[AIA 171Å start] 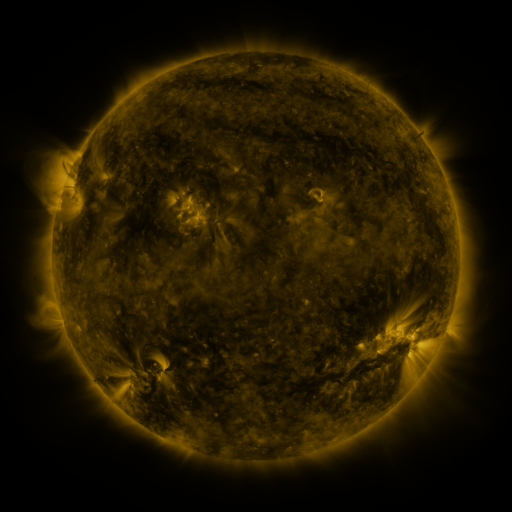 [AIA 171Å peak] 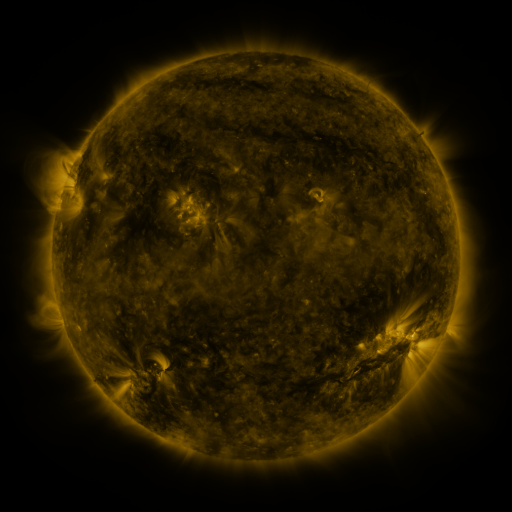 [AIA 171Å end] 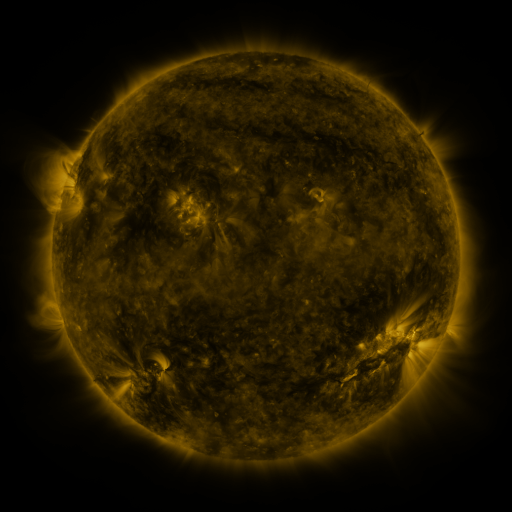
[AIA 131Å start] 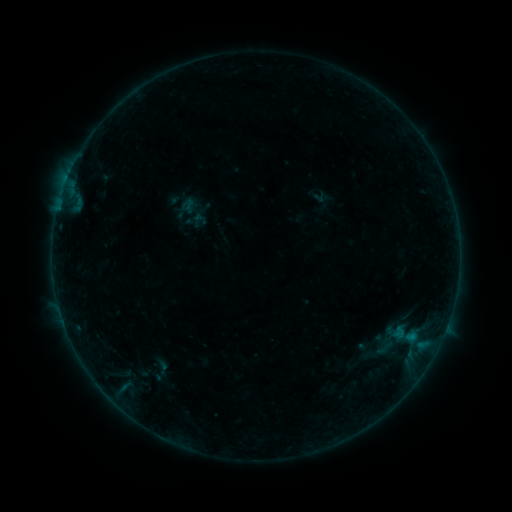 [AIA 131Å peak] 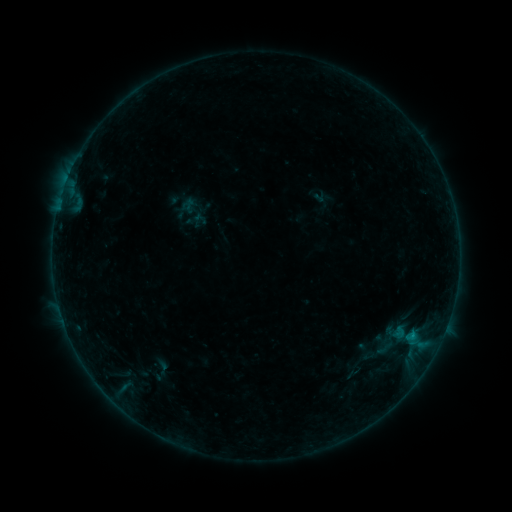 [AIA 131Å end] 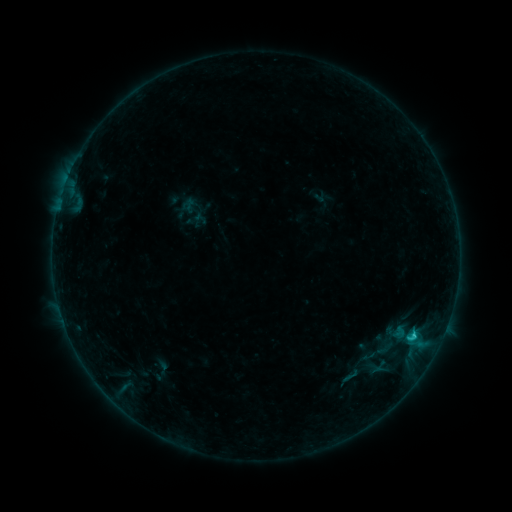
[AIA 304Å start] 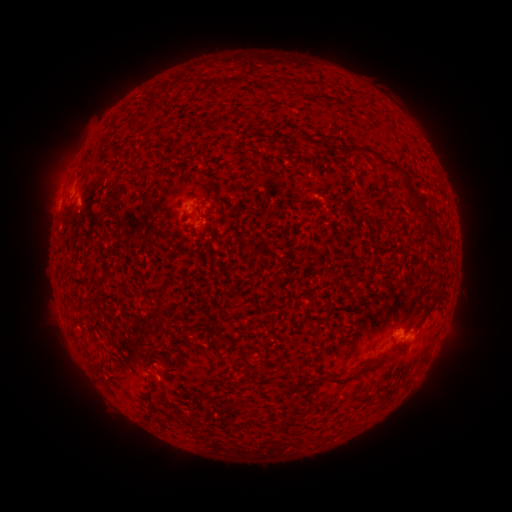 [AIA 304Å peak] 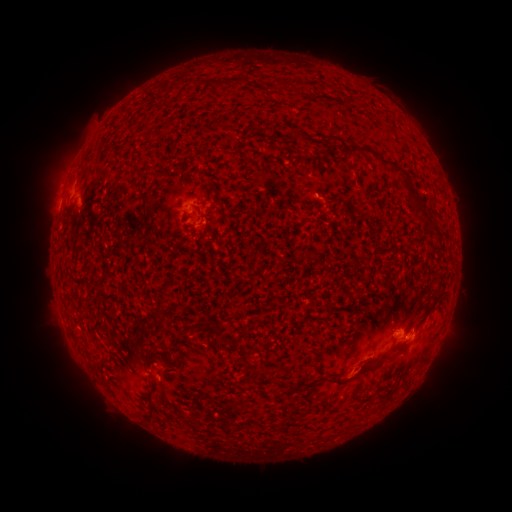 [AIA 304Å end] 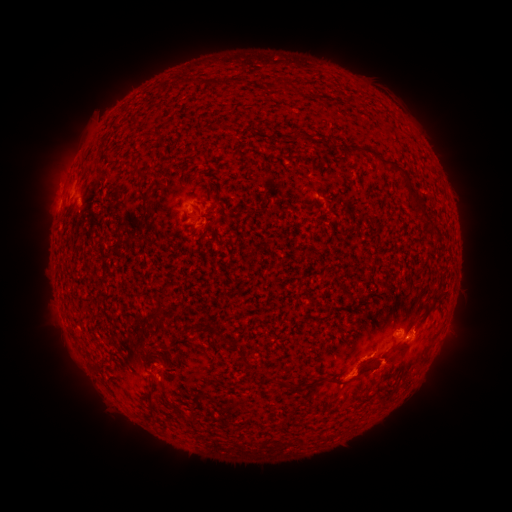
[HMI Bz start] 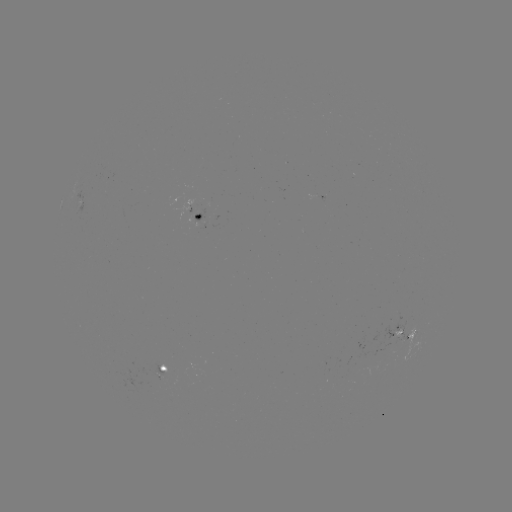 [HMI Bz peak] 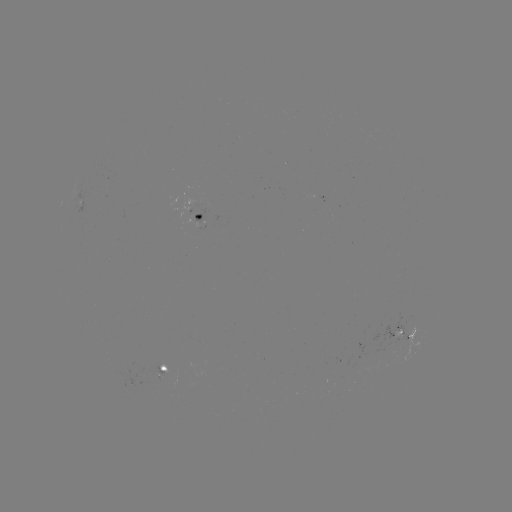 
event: eruption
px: (366, 368)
